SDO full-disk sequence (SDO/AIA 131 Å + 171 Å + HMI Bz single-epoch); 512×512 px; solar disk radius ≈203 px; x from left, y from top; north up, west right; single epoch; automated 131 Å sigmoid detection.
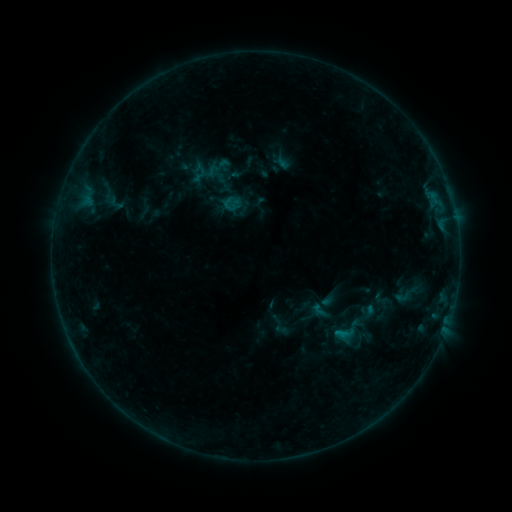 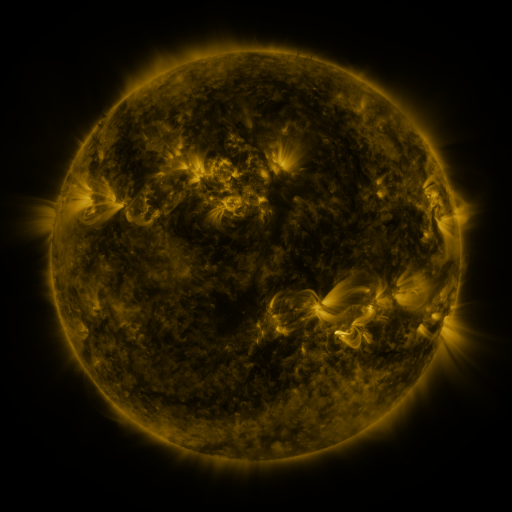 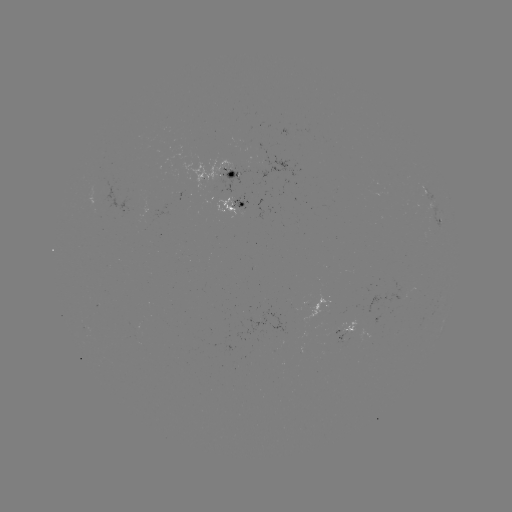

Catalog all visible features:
sigmoid: [107, 193, 125, 211]
sigmoid: [329, 311, 367, 351]
